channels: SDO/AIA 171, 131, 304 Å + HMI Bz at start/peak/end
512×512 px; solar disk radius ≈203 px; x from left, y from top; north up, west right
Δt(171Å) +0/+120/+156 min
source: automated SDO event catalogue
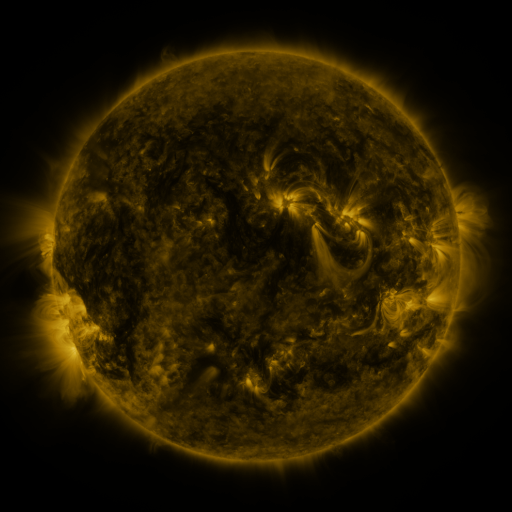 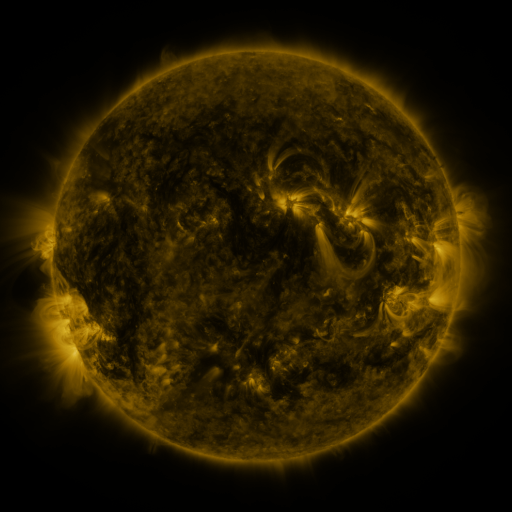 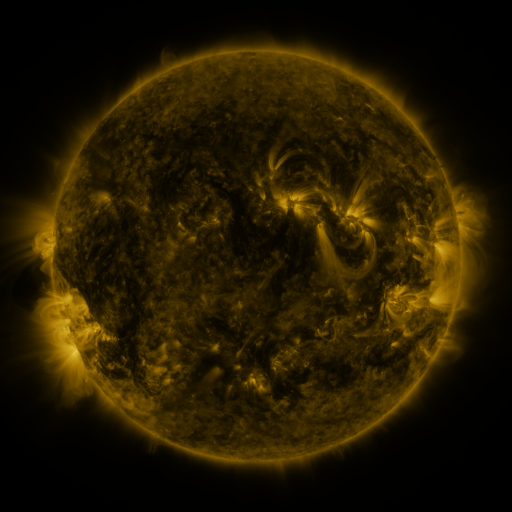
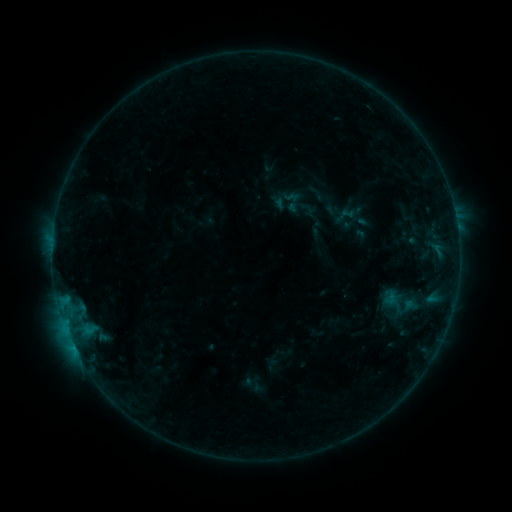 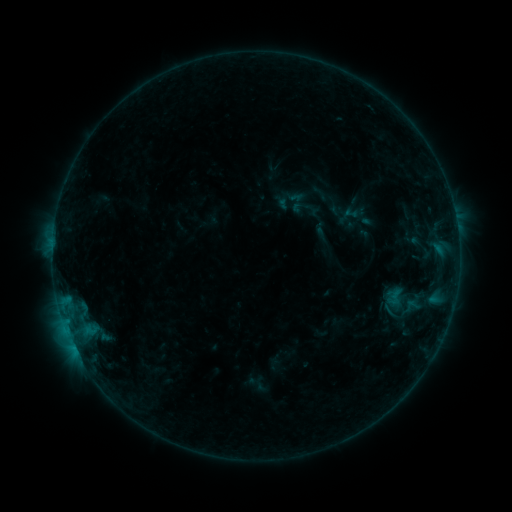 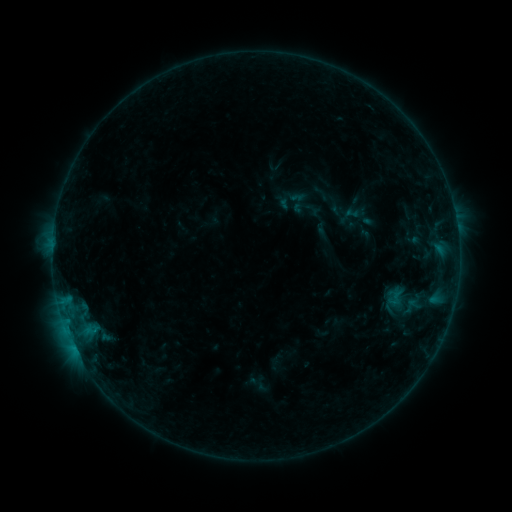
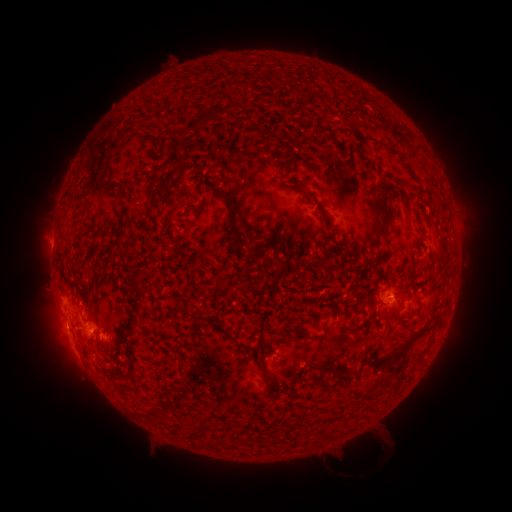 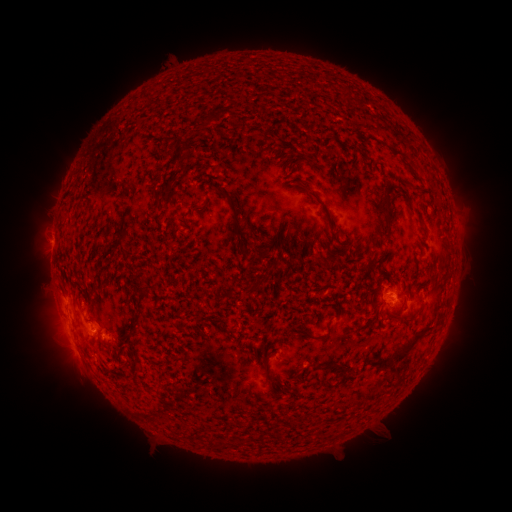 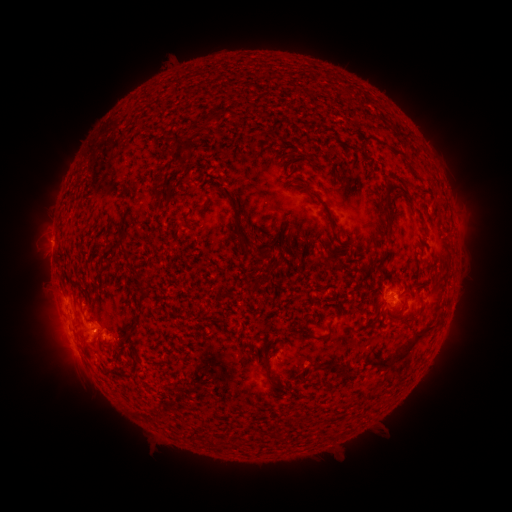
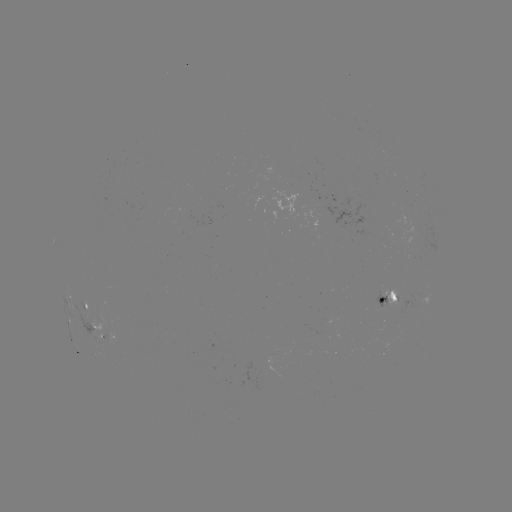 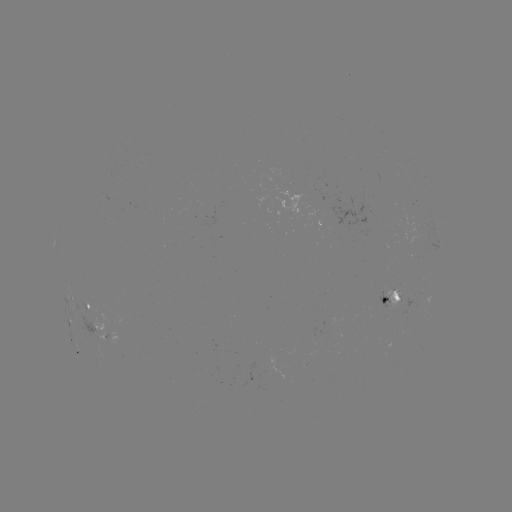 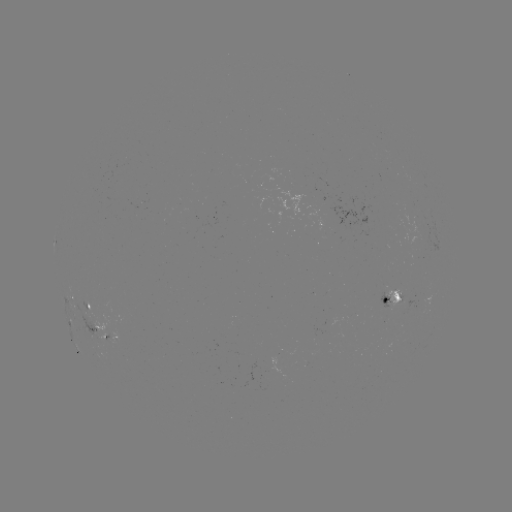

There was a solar emerging-flux region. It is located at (394, 293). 